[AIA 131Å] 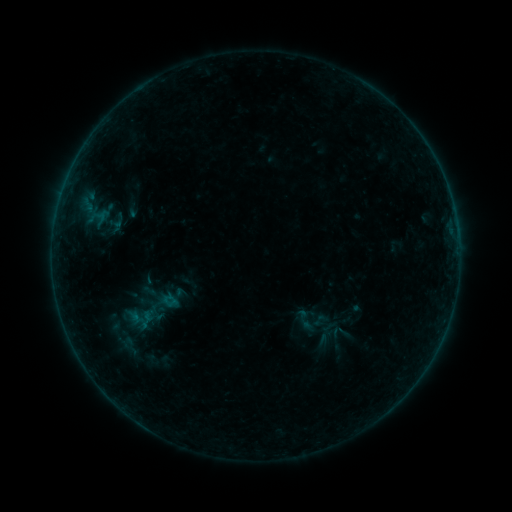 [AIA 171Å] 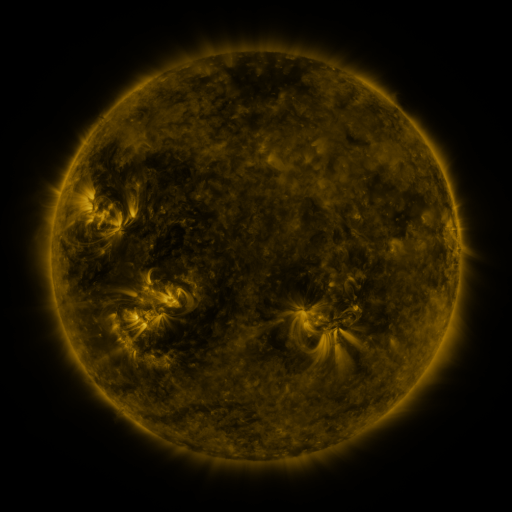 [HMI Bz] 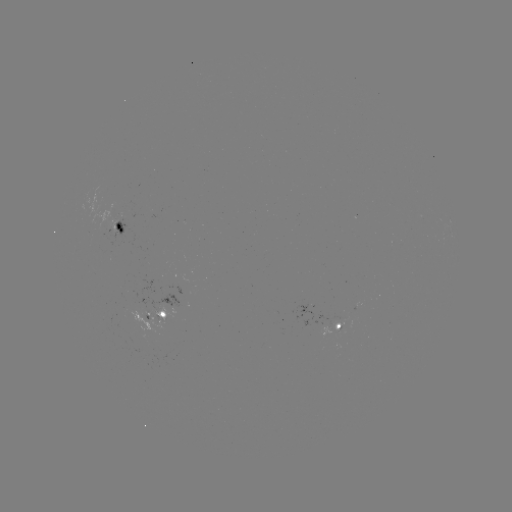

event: sigmoid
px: (306, 322)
